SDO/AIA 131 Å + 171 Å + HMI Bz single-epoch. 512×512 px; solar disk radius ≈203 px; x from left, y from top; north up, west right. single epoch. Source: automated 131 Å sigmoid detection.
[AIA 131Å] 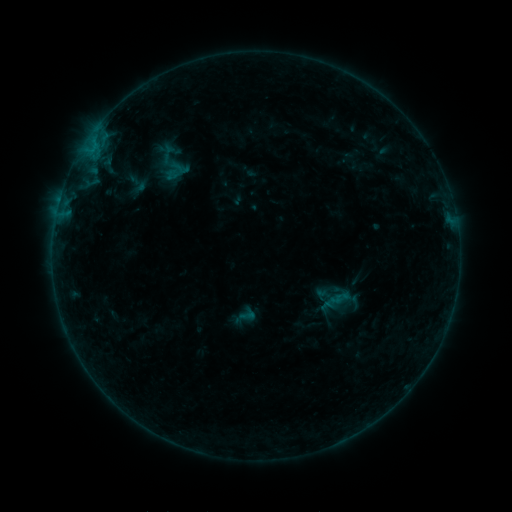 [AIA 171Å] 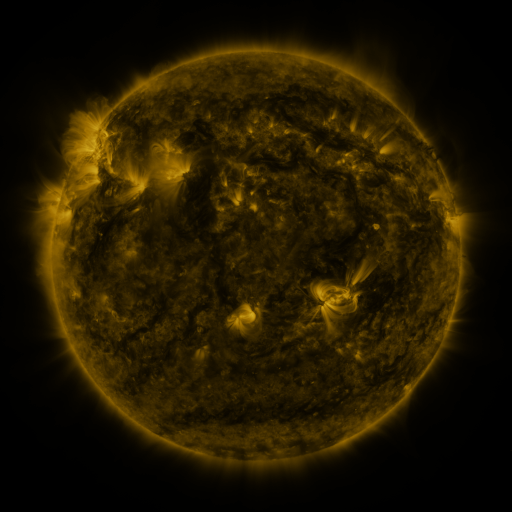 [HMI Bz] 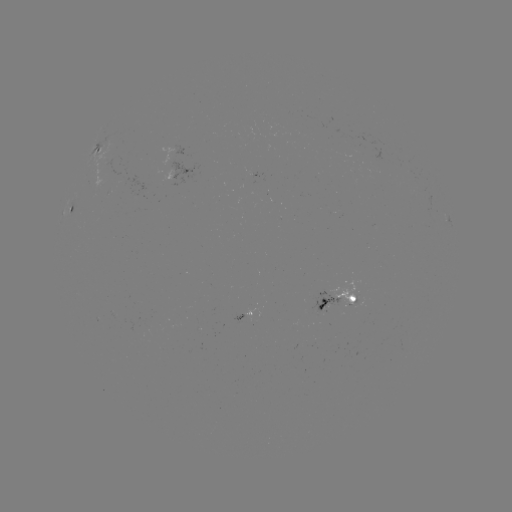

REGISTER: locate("sigmoid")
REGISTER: [180, 168]